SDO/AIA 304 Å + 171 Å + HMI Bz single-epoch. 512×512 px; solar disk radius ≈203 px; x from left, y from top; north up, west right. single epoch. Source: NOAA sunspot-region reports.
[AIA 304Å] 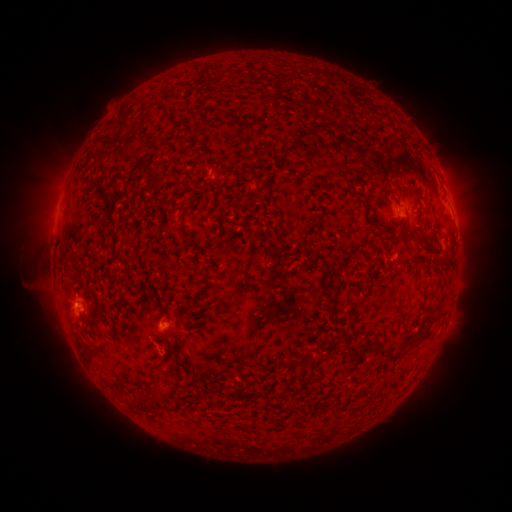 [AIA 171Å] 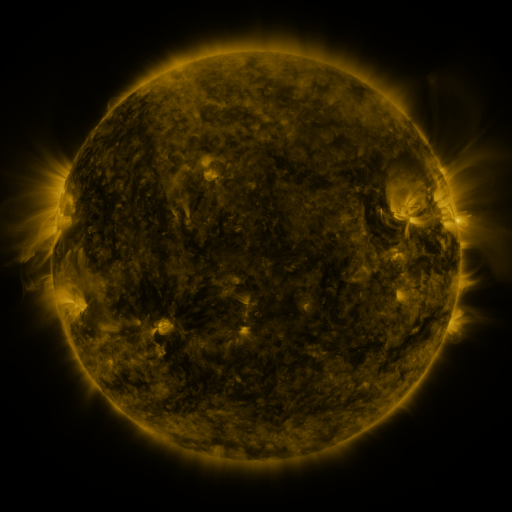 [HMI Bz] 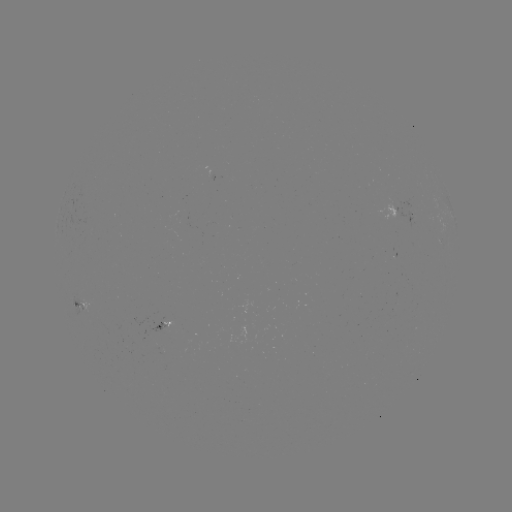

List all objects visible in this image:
spotted active region: (400, 208)
spotted active region: (456, 225)
spotted active region: (79, 303)
spotted active region: (163, 324)
